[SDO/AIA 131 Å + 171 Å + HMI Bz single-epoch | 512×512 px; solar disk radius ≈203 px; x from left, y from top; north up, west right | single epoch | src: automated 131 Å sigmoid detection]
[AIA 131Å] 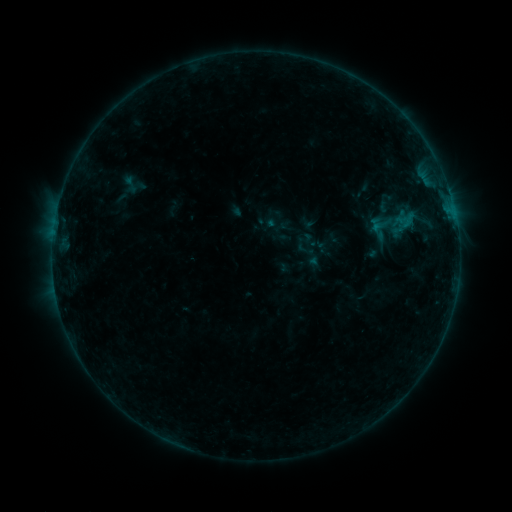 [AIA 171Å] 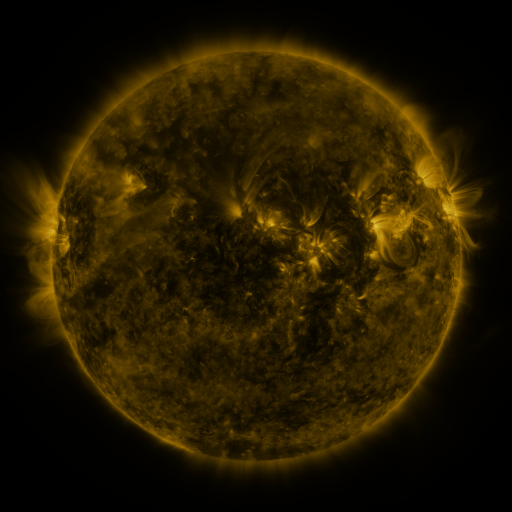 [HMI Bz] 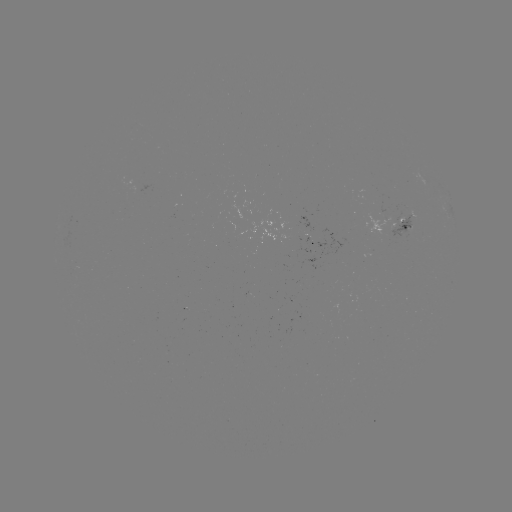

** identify sigmoid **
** [130, 184] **